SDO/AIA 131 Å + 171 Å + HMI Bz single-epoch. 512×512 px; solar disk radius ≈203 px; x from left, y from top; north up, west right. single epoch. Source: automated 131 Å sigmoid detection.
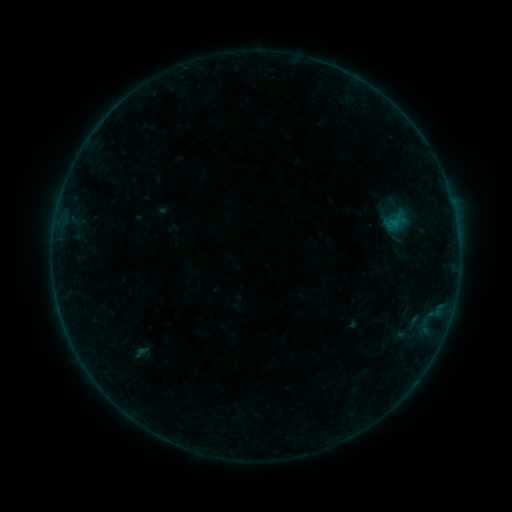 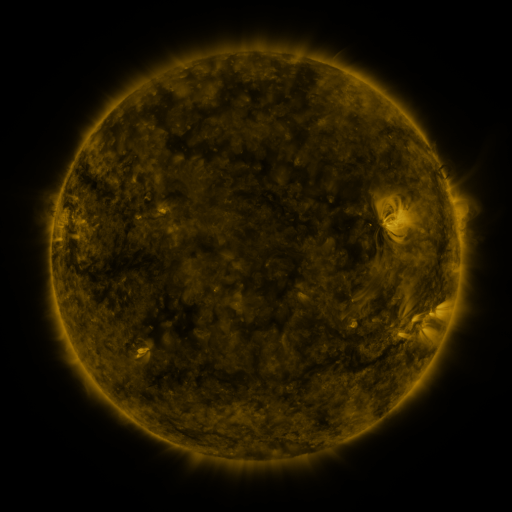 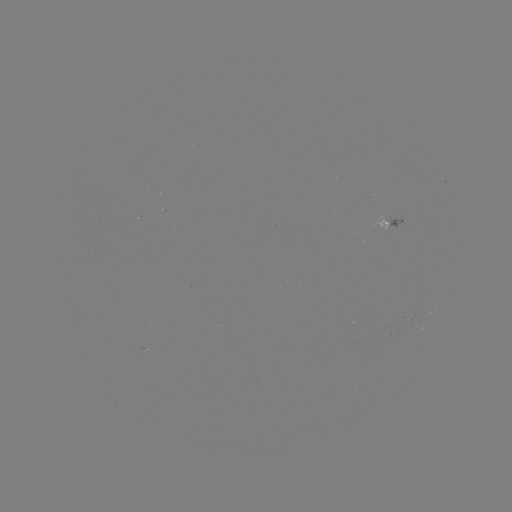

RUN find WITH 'sigmoid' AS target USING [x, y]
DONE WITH [393, 226] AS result